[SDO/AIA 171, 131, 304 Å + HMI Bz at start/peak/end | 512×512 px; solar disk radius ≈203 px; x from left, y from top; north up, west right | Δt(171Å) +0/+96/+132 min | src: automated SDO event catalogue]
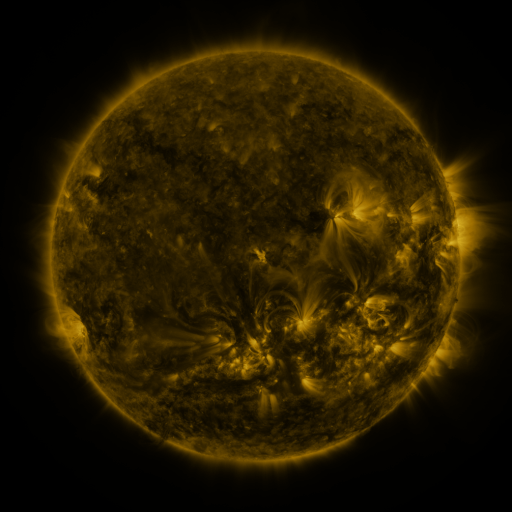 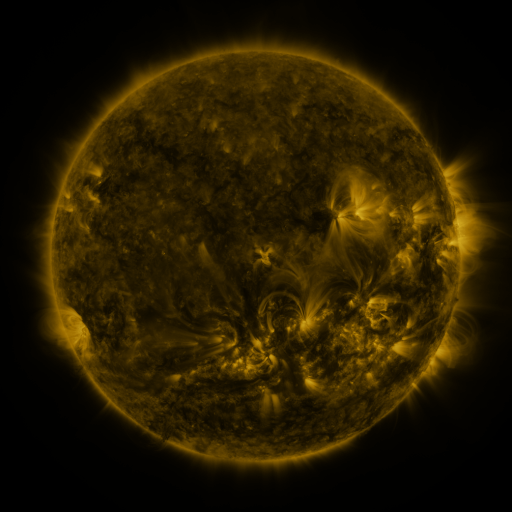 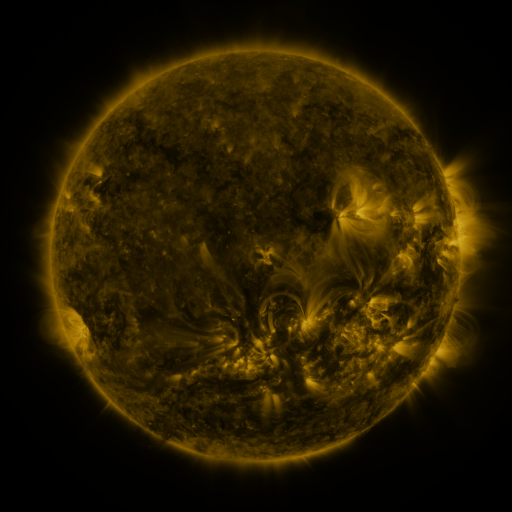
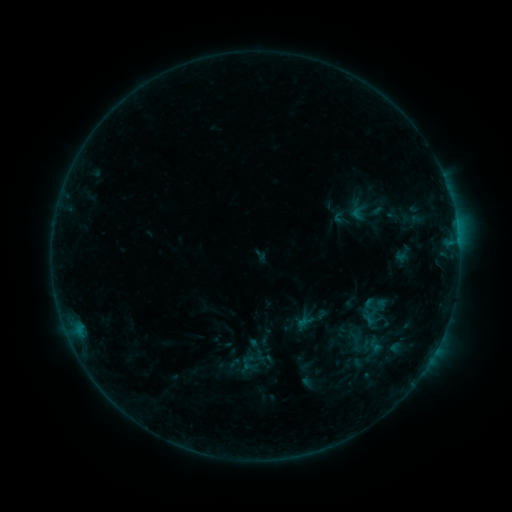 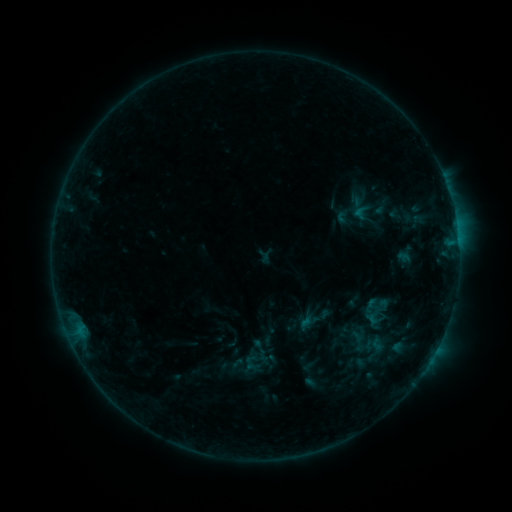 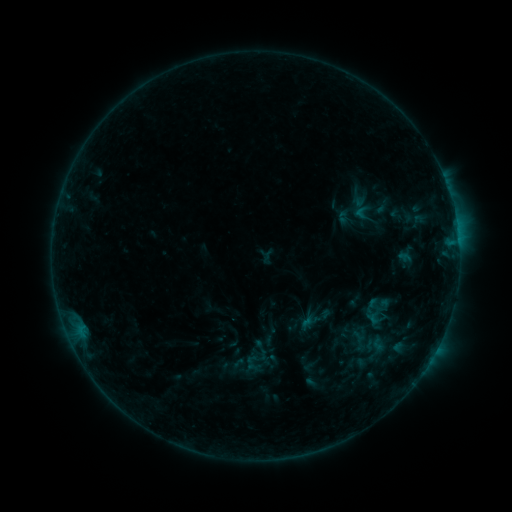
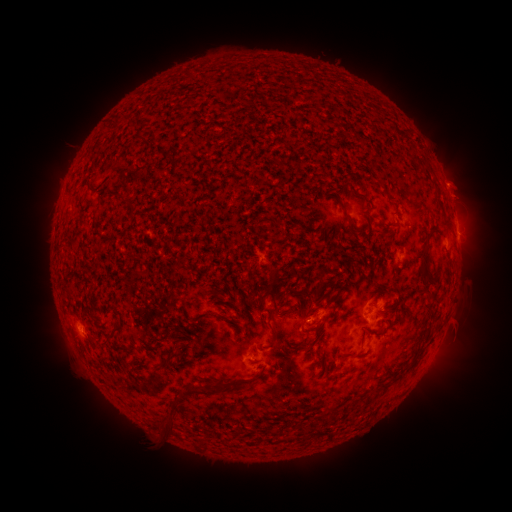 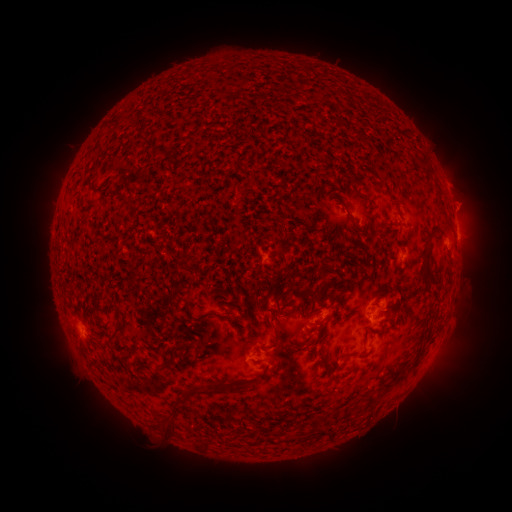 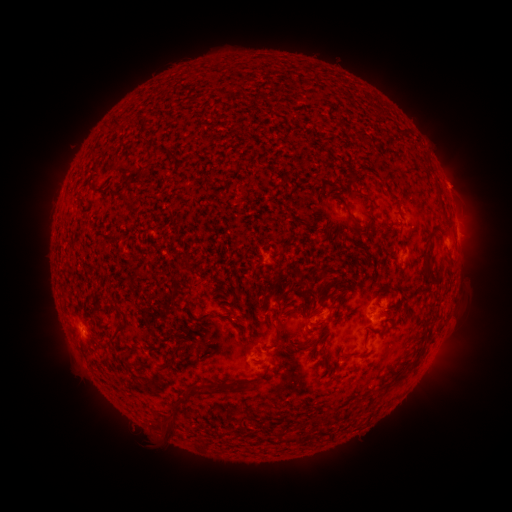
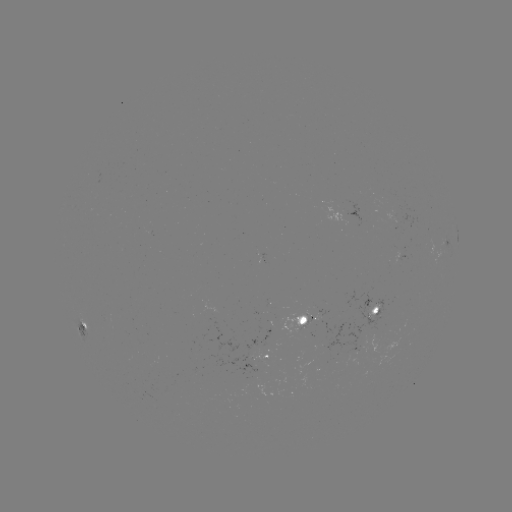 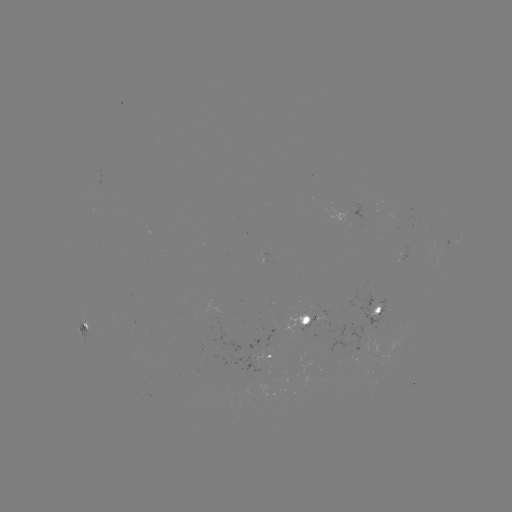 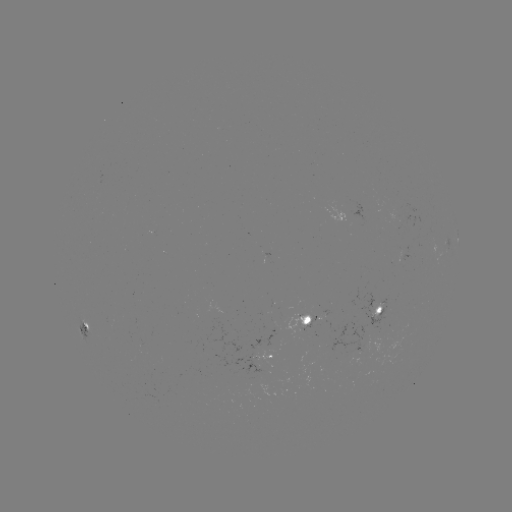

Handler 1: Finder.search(emerging-flux region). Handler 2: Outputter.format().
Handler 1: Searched emerging-flux region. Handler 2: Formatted (248, 358).